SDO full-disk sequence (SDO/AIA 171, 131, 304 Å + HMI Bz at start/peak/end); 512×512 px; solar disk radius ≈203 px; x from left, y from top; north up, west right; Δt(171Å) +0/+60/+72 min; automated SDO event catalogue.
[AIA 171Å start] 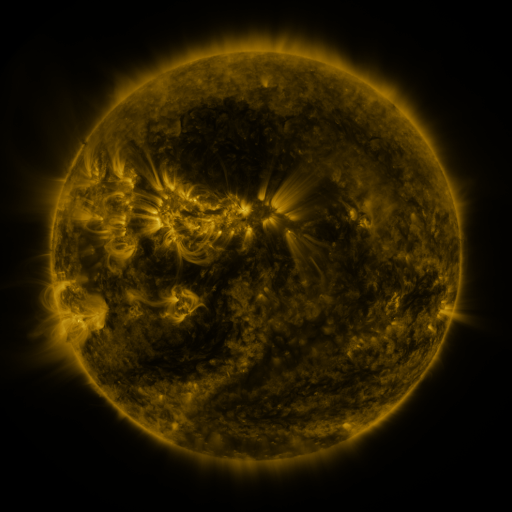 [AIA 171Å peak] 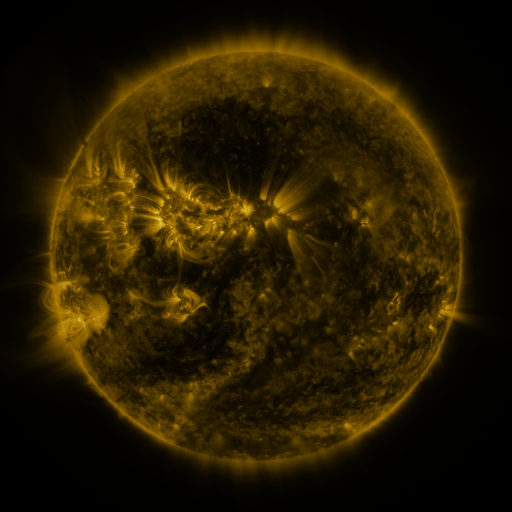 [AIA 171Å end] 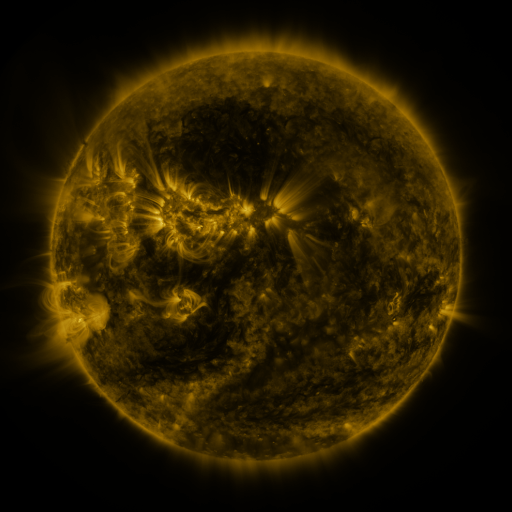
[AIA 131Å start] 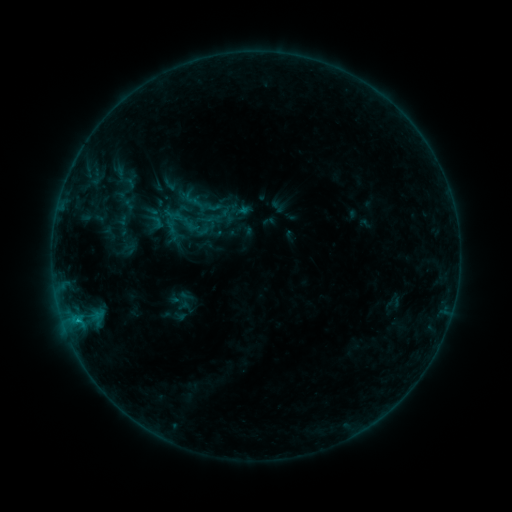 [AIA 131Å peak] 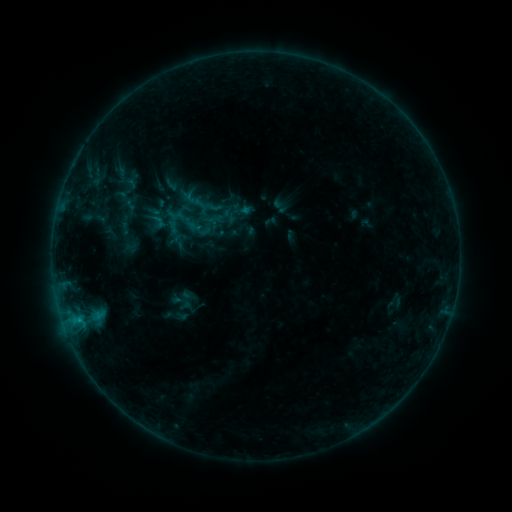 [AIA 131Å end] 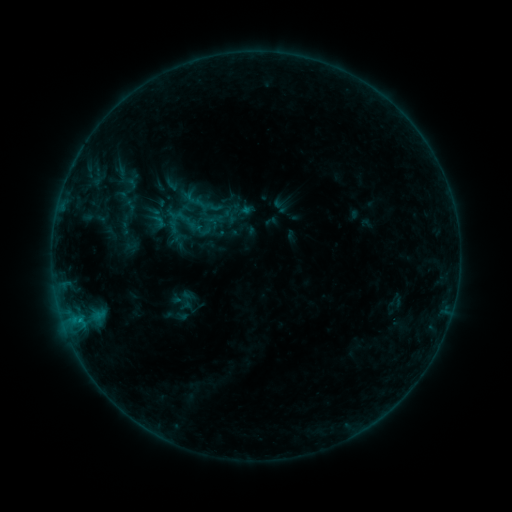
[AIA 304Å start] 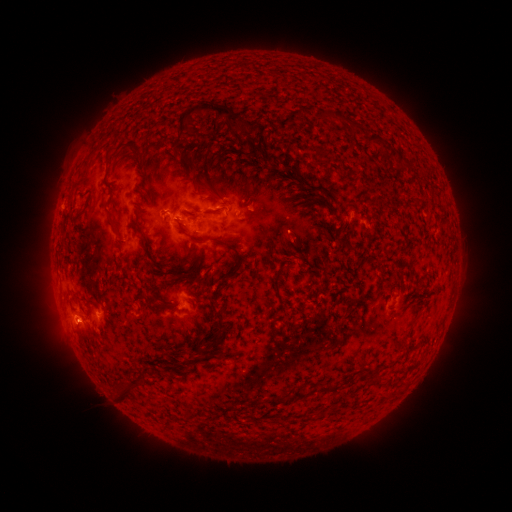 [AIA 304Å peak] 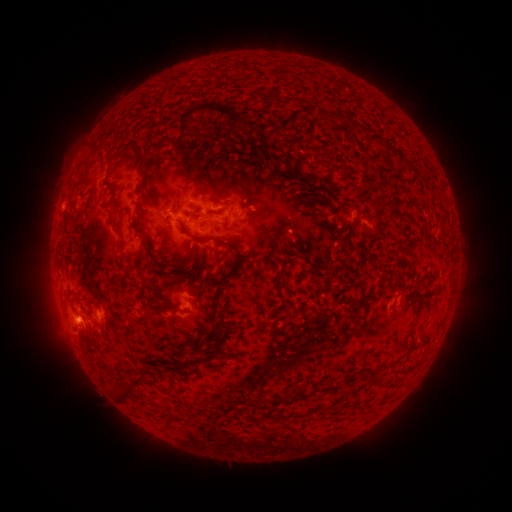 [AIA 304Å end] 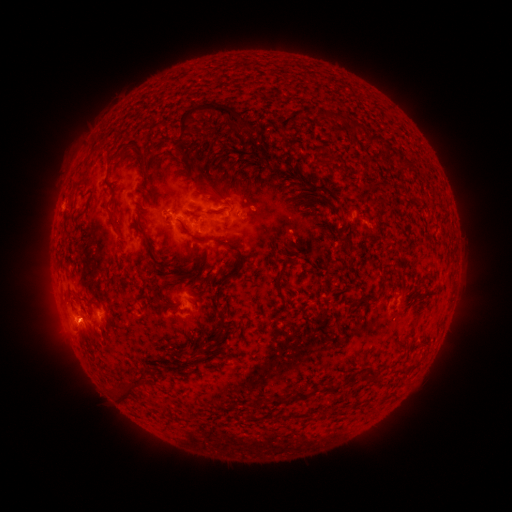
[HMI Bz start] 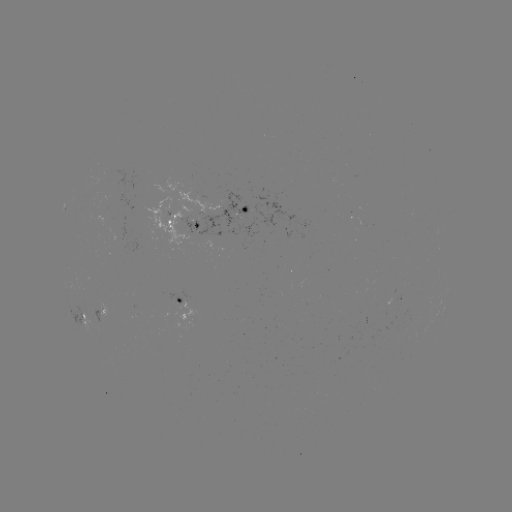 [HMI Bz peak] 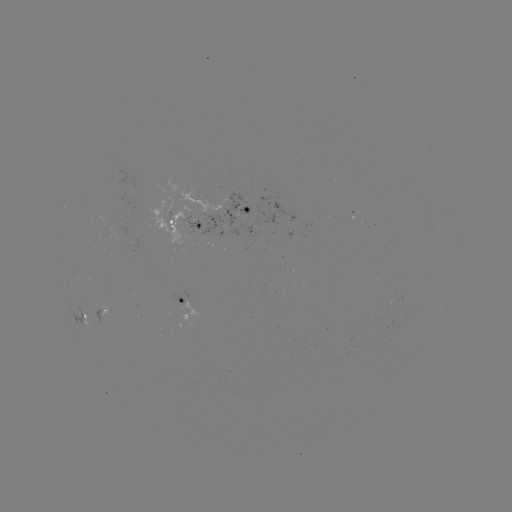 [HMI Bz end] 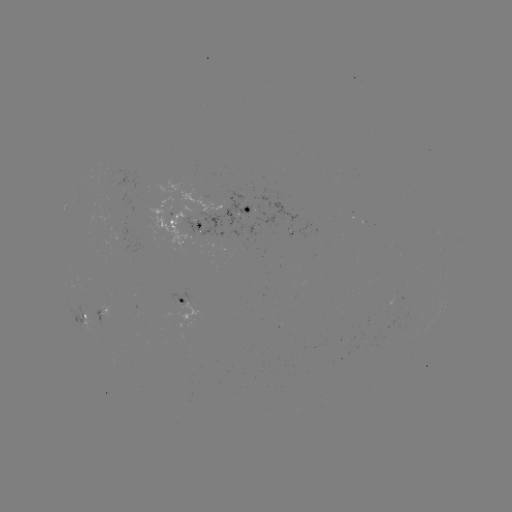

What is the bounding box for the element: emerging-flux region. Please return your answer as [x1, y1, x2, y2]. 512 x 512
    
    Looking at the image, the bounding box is [180, 215, 201, 236].